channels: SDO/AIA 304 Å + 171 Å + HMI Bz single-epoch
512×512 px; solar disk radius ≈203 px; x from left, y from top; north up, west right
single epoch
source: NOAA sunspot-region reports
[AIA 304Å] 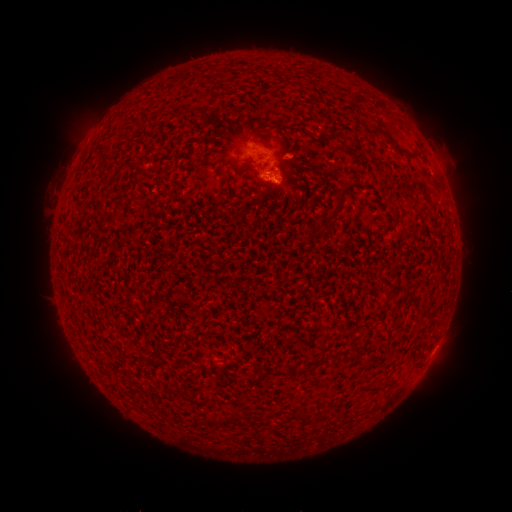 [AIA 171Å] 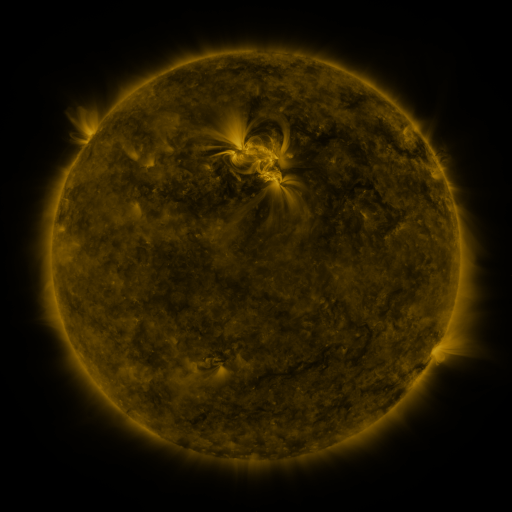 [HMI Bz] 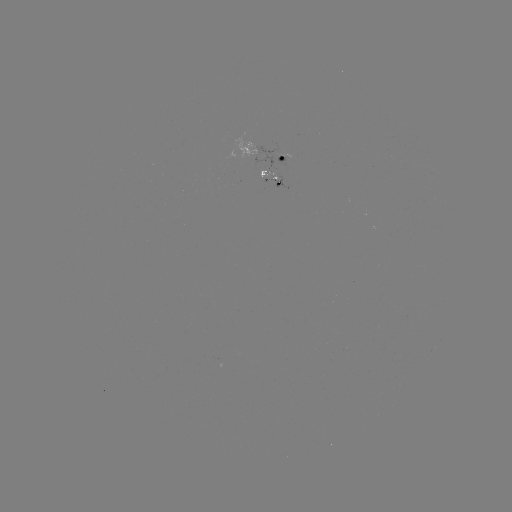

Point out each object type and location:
spotted active region: (278, 156)
spotted active region: (272, 175)
